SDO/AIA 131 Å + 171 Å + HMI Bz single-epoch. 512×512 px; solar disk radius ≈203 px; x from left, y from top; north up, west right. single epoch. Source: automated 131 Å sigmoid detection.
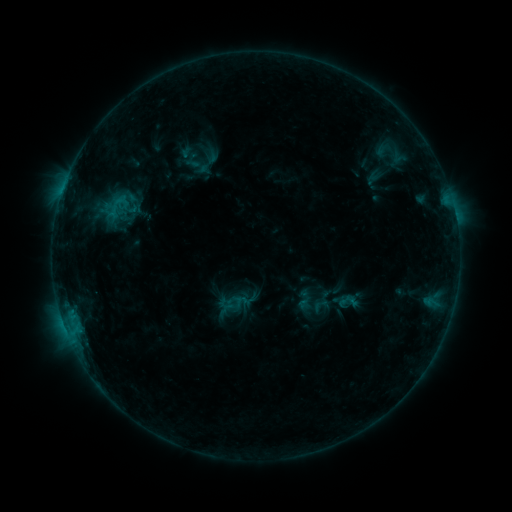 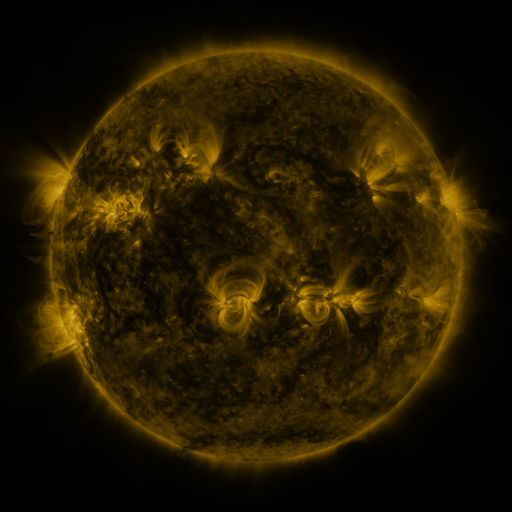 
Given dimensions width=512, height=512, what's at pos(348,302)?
sigmoid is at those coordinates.